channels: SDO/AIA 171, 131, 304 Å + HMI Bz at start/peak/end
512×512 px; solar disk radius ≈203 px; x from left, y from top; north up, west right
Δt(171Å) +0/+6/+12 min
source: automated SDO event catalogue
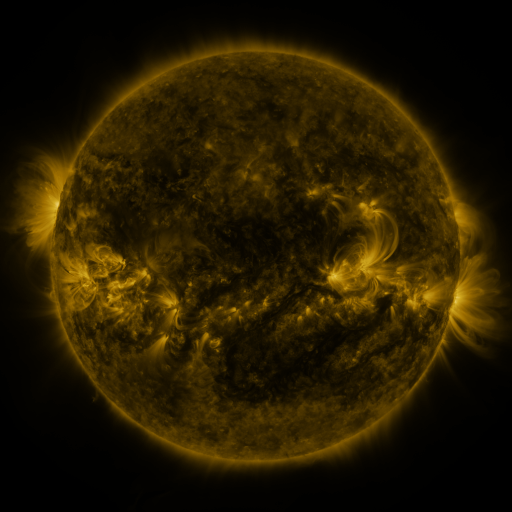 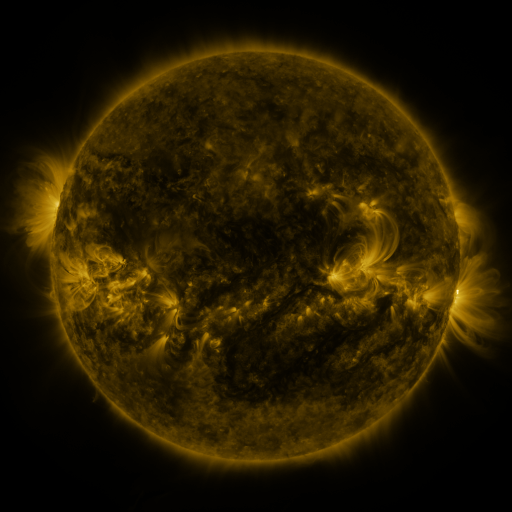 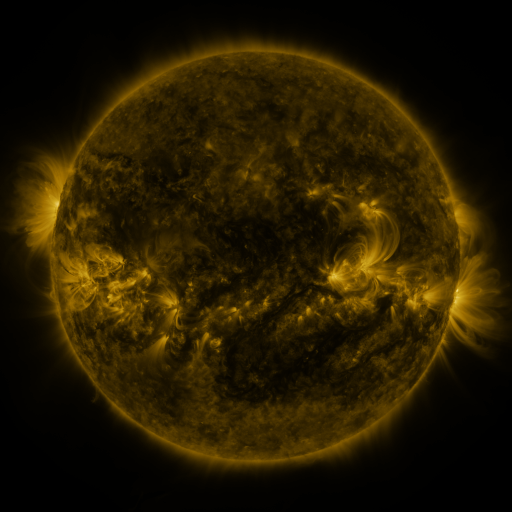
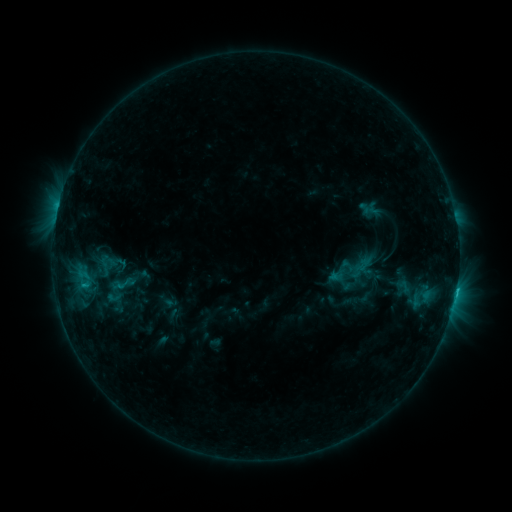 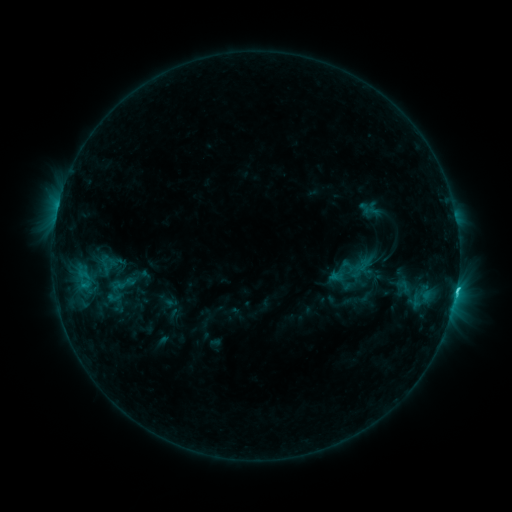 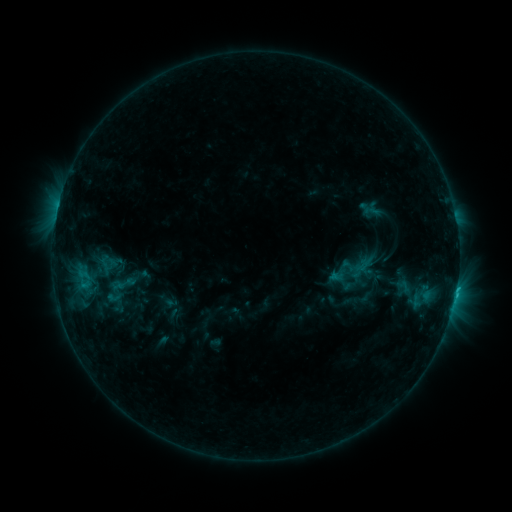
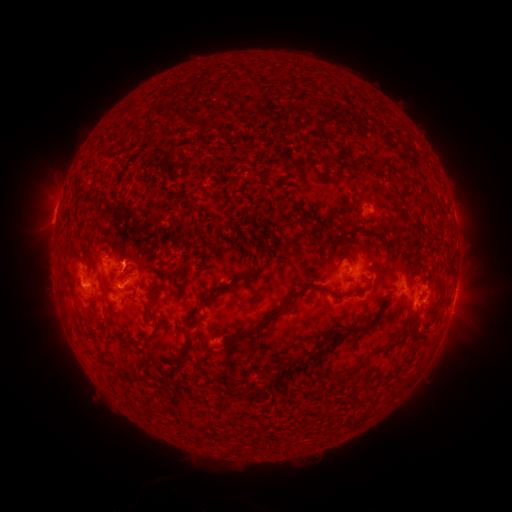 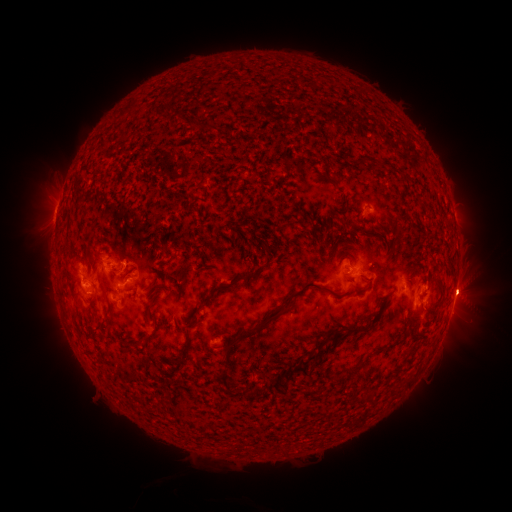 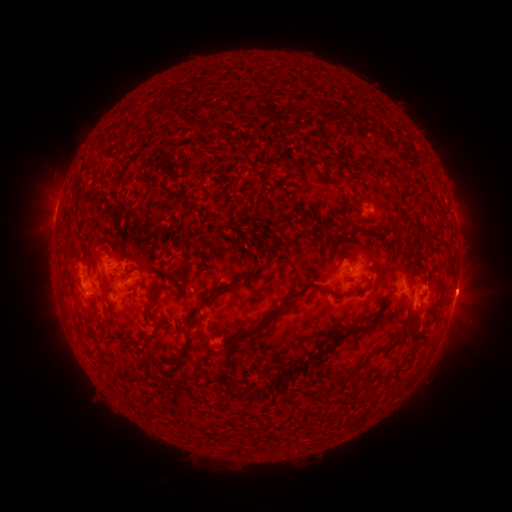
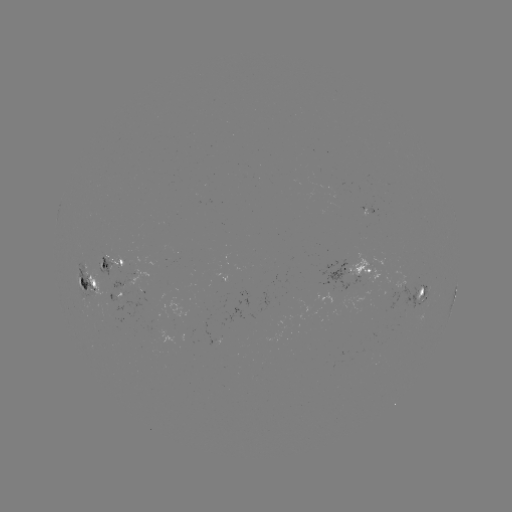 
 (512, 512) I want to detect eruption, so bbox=[433, 266, 498, 322].